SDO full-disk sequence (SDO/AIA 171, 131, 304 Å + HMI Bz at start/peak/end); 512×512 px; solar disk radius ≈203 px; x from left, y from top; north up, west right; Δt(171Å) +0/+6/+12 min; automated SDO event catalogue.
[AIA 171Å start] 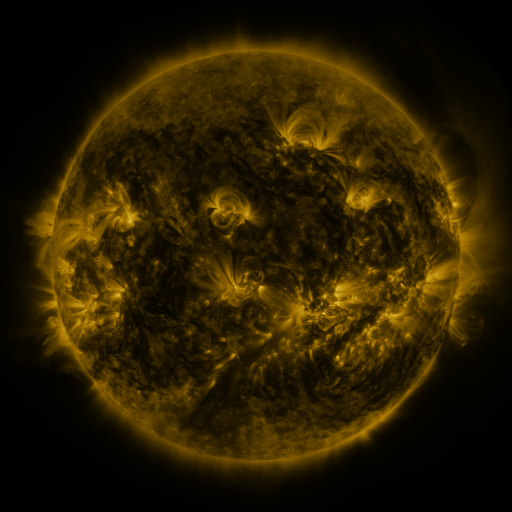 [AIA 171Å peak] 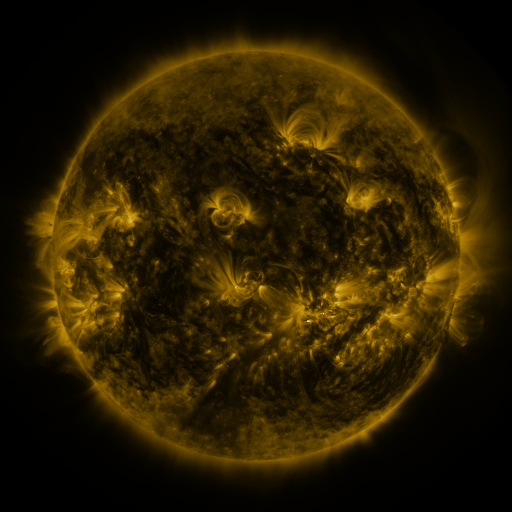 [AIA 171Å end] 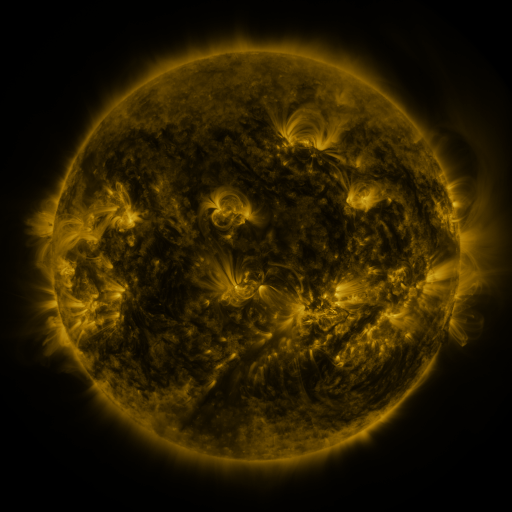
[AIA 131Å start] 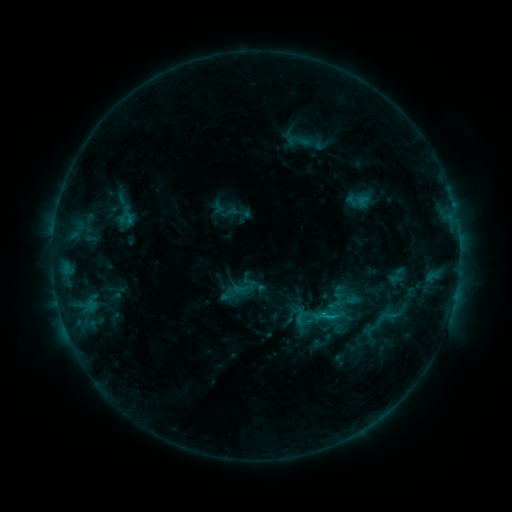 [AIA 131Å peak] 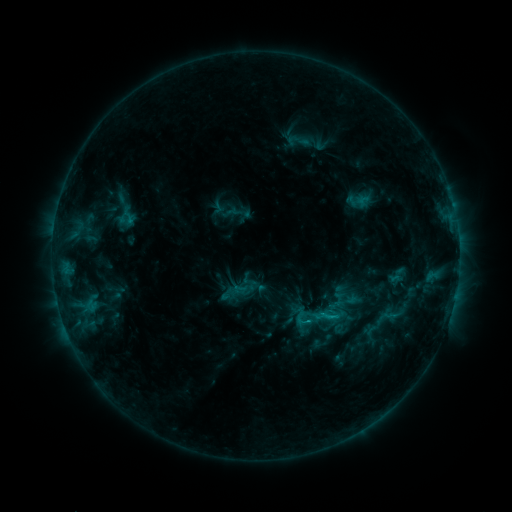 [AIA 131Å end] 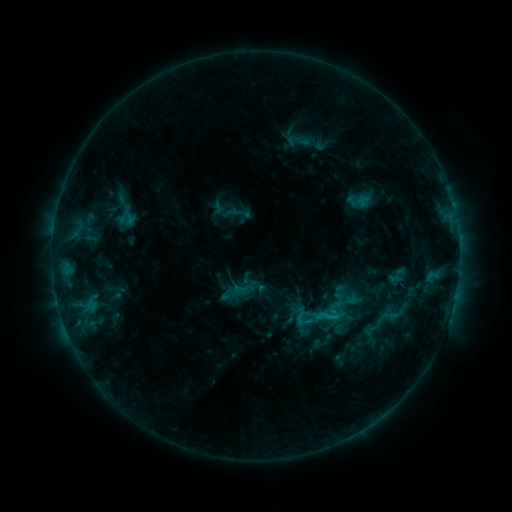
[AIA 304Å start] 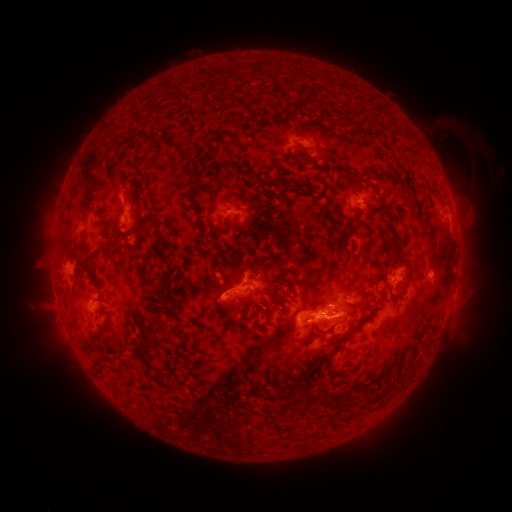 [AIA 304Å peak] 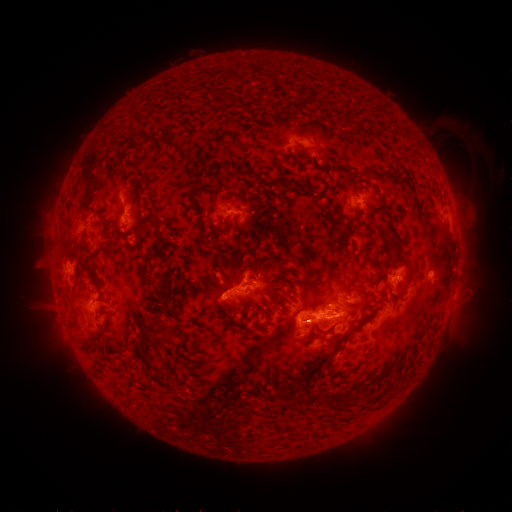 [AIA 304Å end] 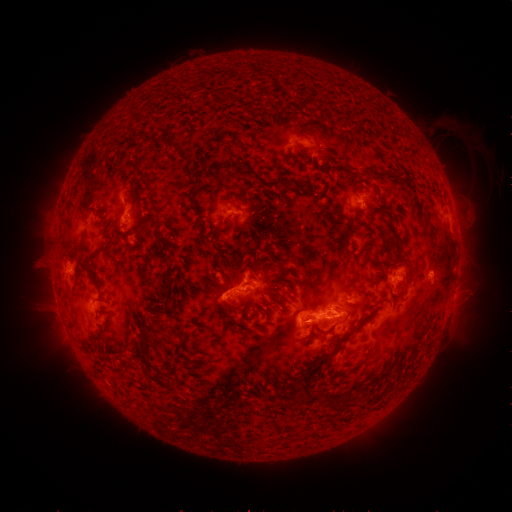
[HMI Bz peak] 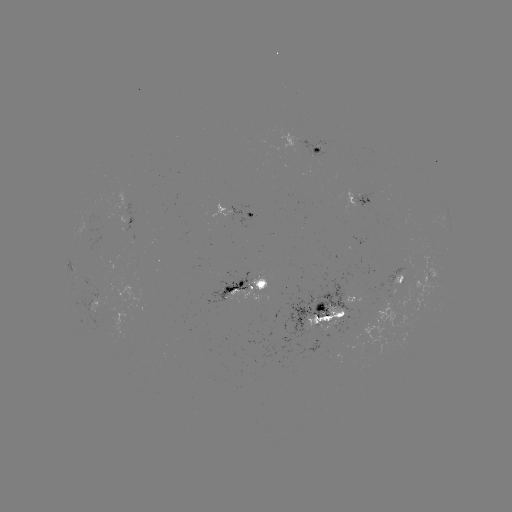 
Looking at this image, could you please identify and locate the eruption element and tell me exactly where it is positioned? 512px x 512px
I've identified eruption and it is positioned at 307,321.